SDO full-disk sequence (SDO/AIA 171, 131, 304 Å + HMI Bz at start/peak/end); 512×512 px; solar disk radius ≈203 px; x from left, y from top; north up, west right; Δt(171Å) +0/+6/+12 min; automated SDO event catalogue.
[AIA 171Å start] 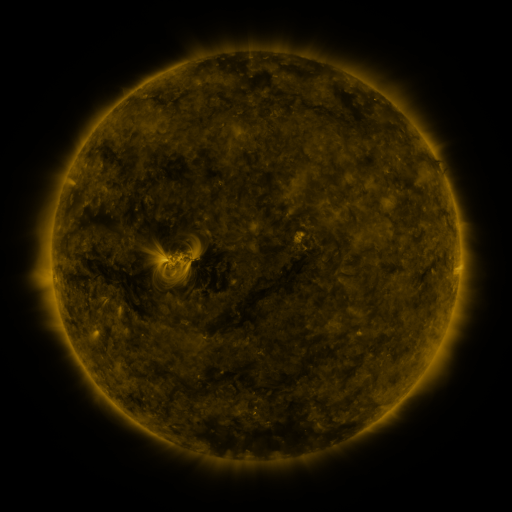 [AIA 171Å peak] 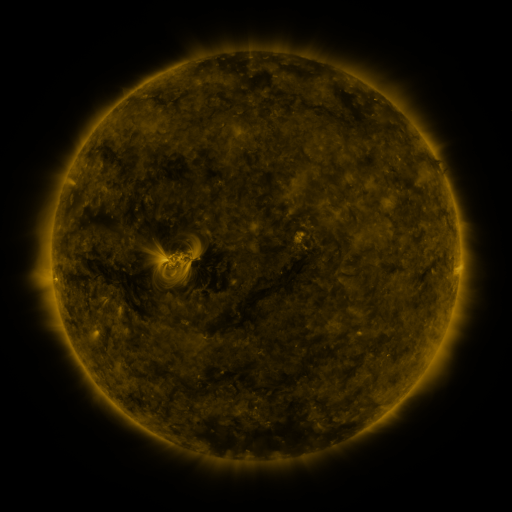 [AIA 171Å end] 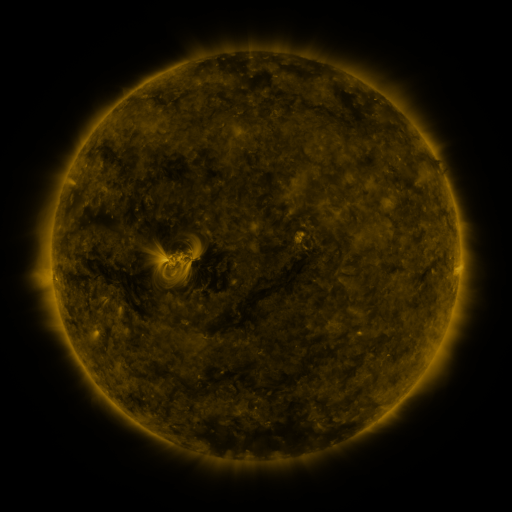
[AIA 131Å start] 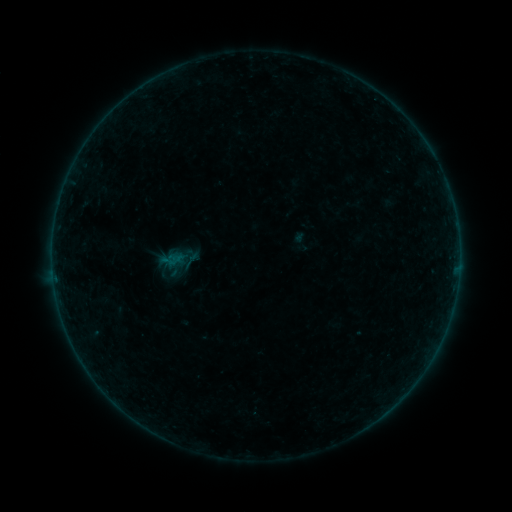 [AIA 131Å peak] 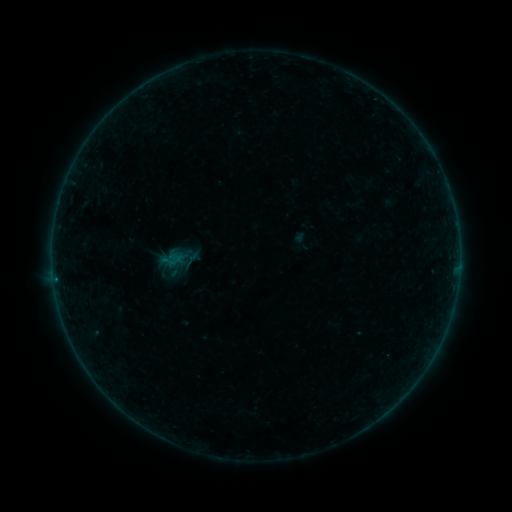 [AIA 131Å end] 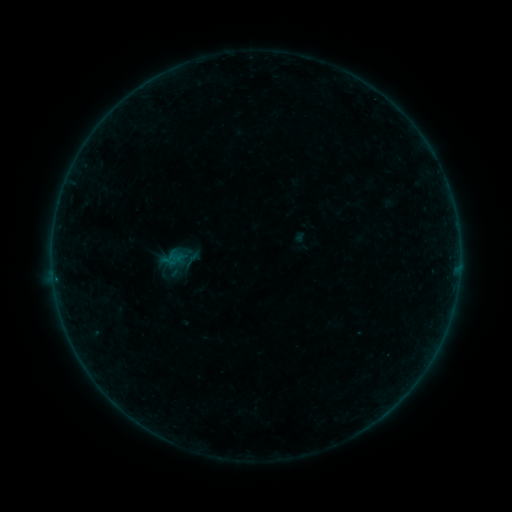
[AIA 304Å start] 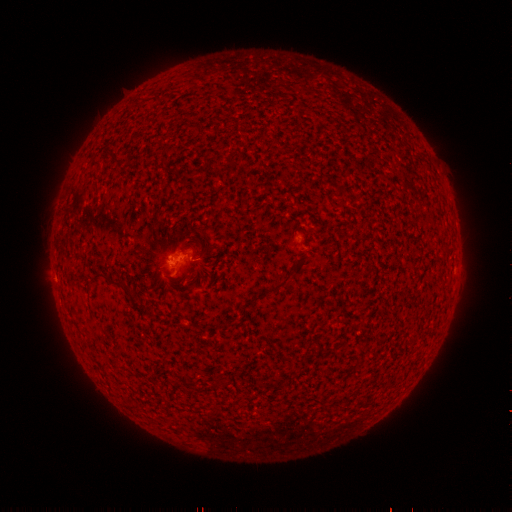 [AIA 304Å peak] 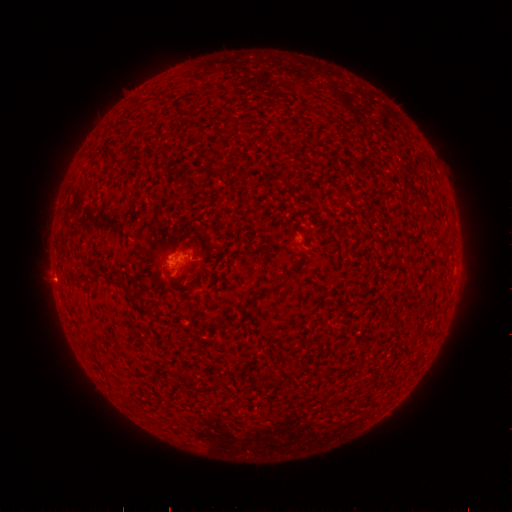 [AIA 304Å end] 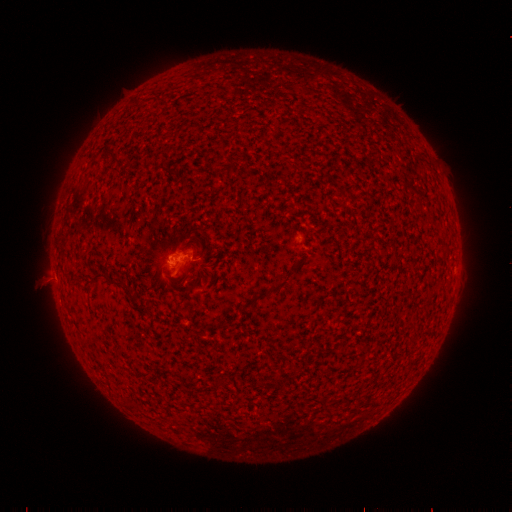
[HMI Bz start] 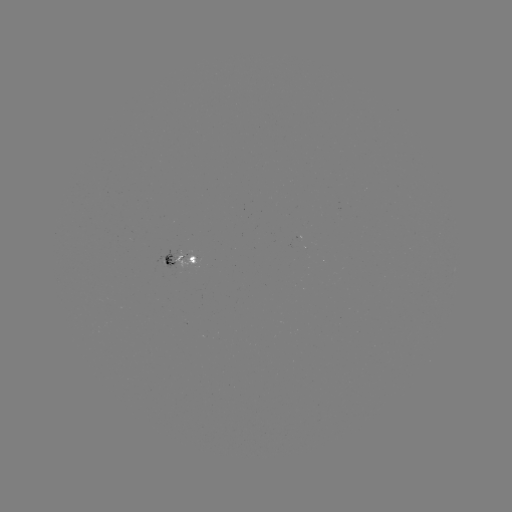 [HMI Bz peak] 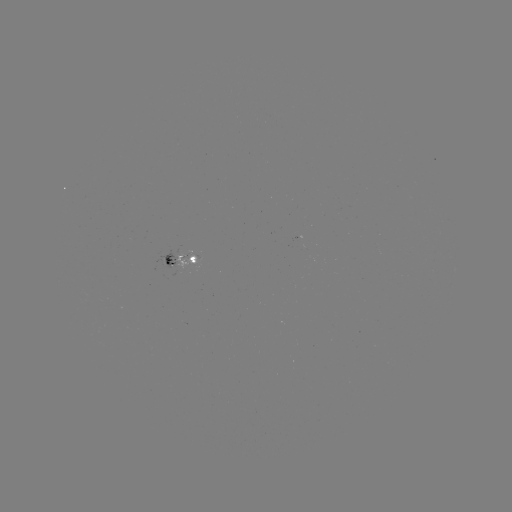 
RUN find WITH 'B2.1 flare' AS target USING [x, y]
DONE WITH [55, 277] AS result